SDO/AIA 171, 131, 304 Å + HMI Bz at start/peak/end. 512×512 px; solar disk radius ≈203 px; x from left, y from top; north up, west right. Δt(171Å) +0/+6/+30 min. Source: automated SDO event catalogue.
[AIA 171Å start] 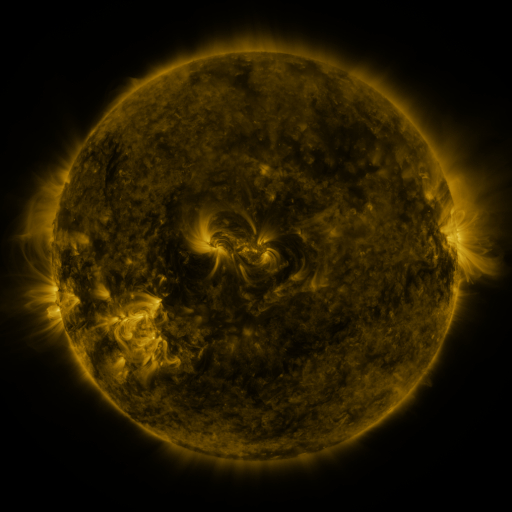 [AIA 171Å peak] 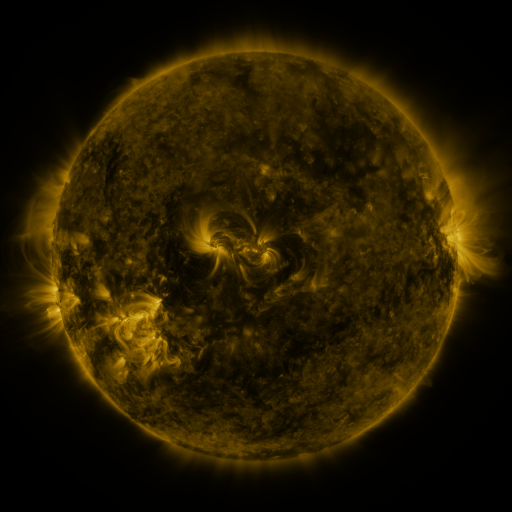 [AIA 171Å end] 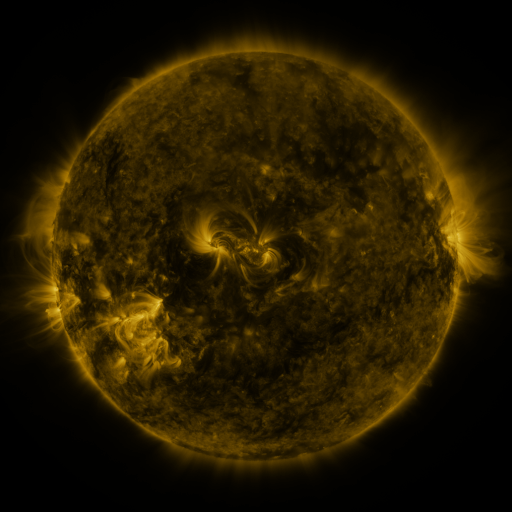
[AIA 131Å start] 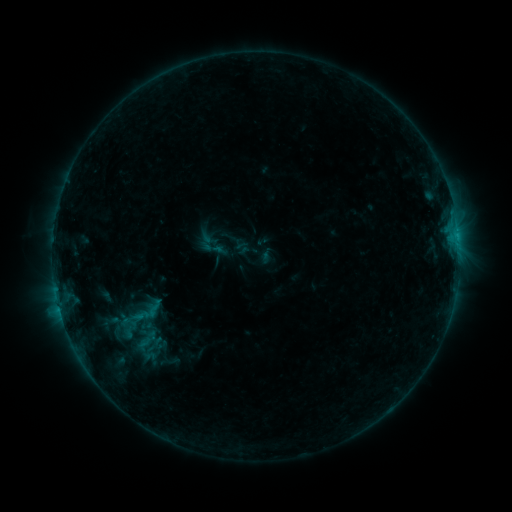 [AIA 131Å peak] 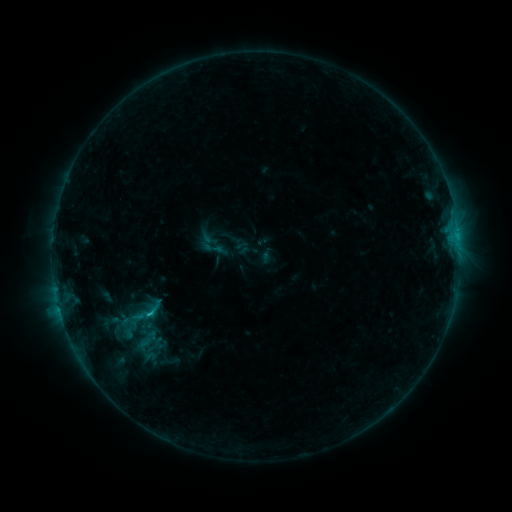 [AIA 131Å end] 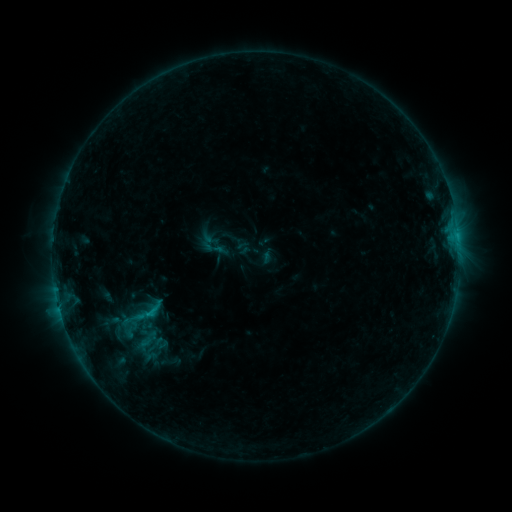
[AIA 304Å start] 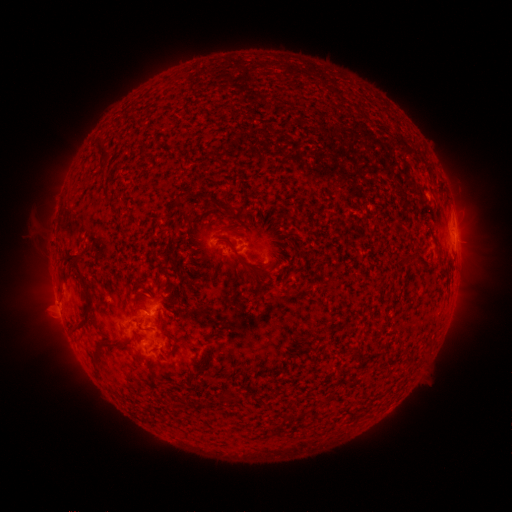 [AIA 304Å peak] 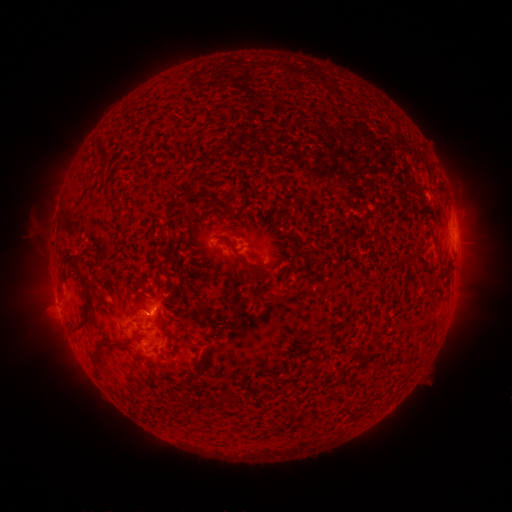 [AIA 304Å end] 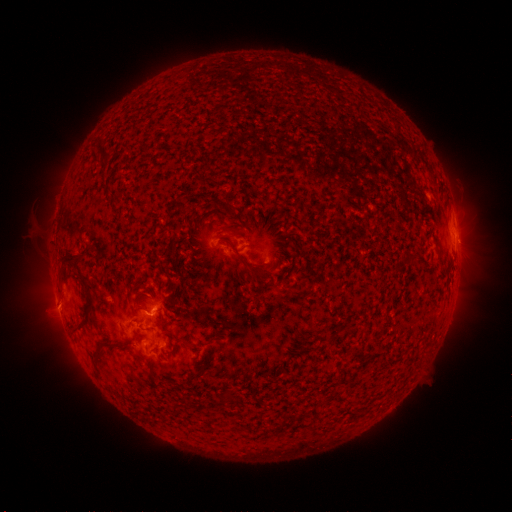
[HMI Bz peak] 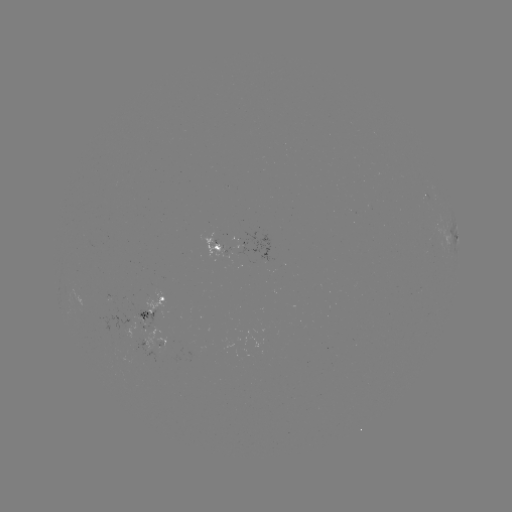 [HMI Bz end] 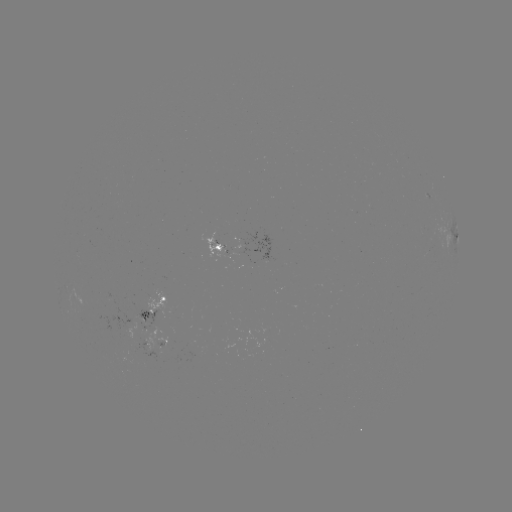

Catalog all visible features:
B6.7 flare: (150, 311)
